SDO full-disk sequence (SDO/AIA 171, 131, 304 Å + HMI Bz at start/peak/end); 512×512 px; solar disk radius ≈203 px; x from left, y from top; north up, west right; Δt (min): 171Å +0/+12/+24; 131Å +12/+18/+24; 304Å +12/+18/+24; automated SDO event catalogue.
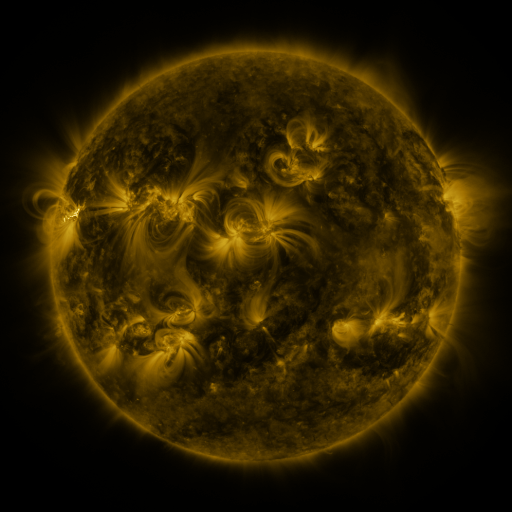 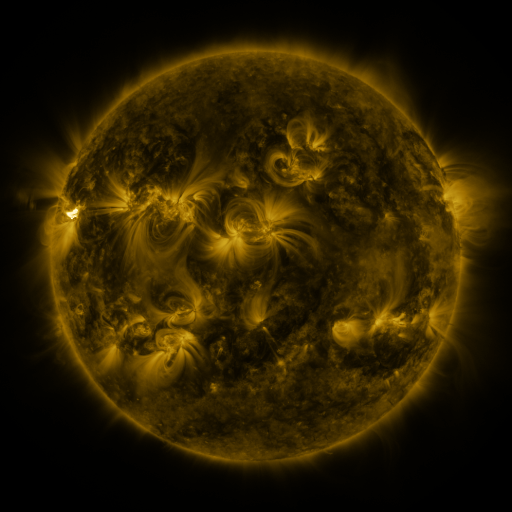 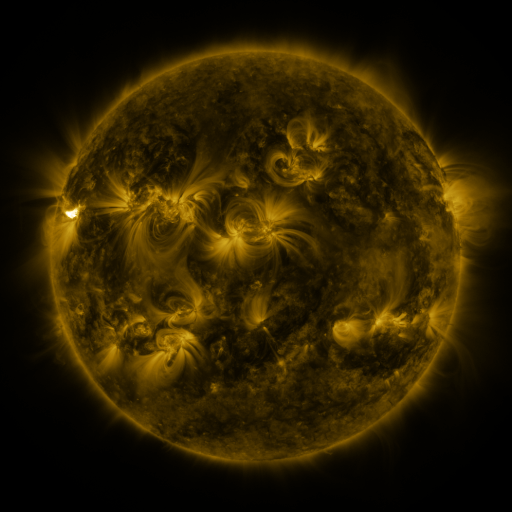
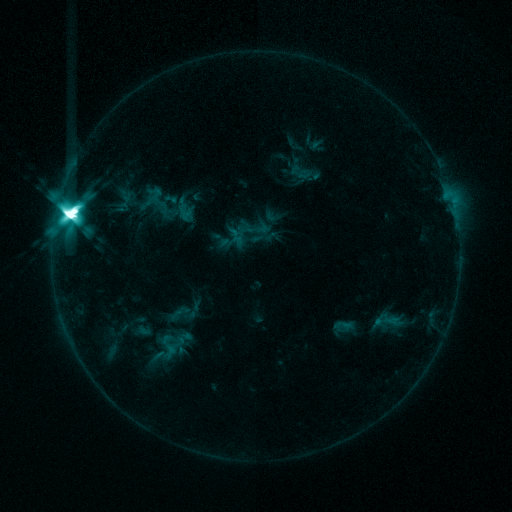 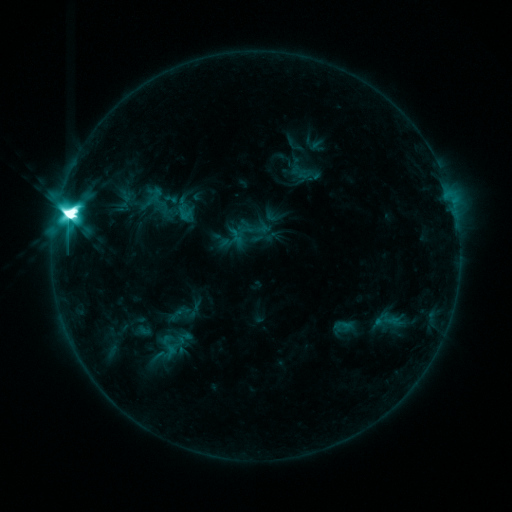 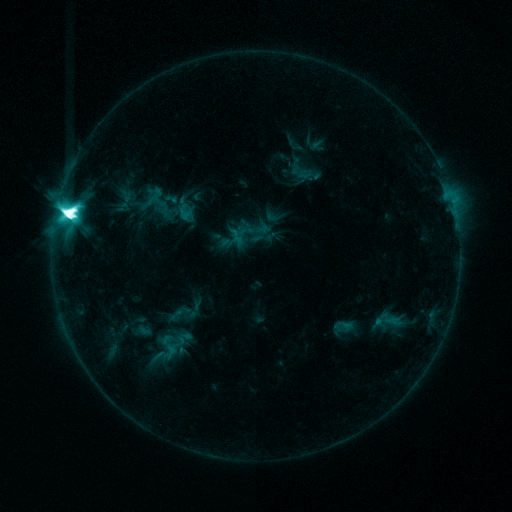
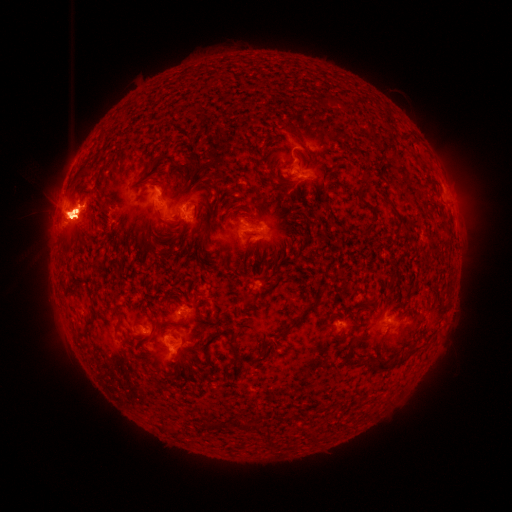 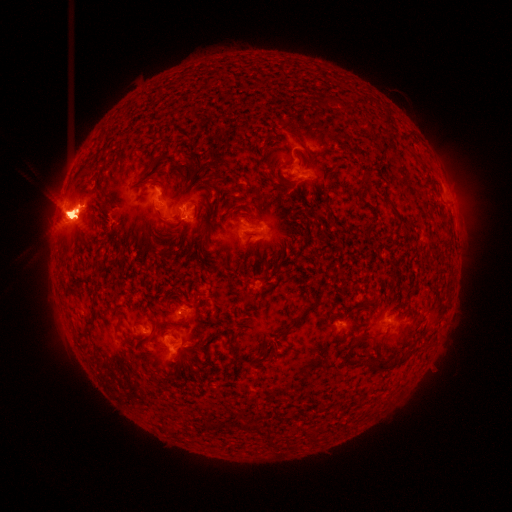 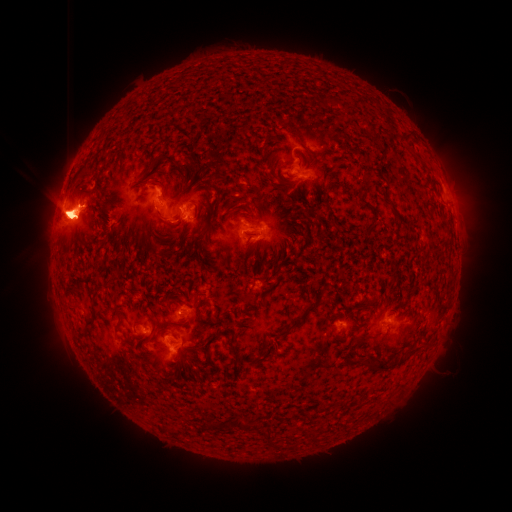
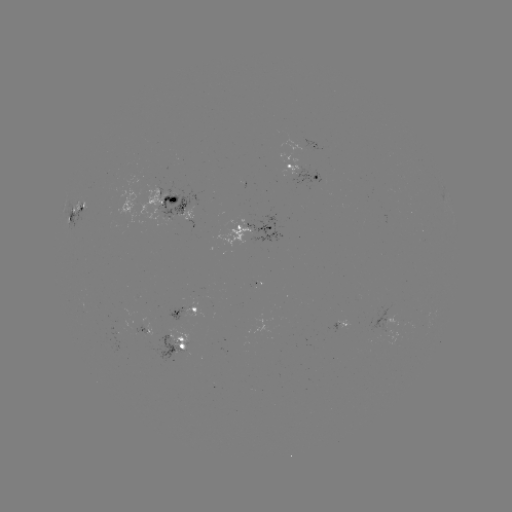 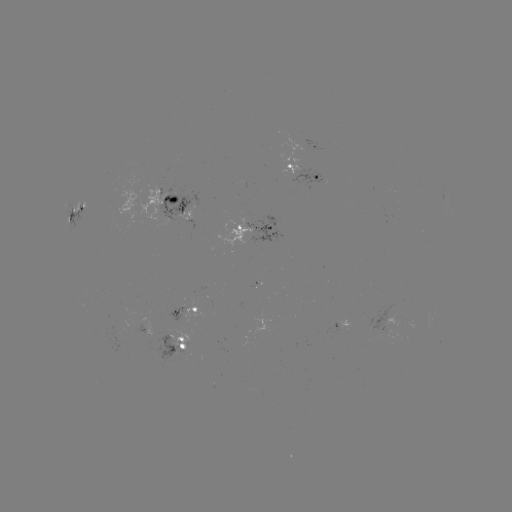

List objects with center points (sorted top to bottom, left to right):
eruption: (153, 359)
